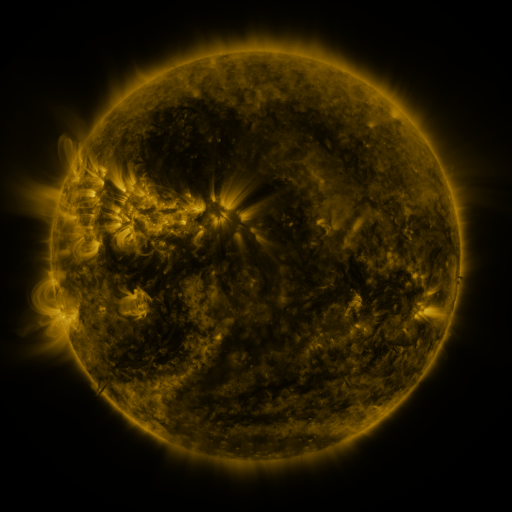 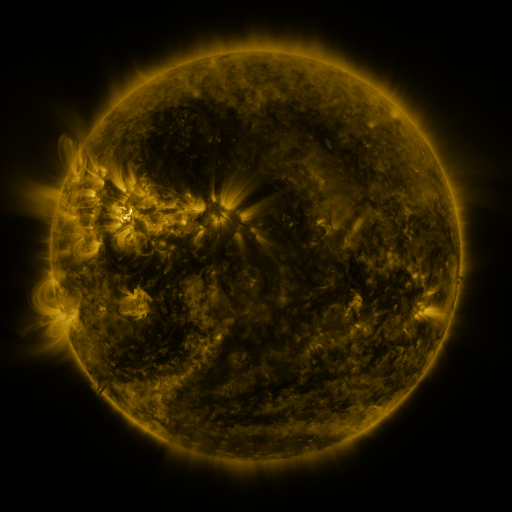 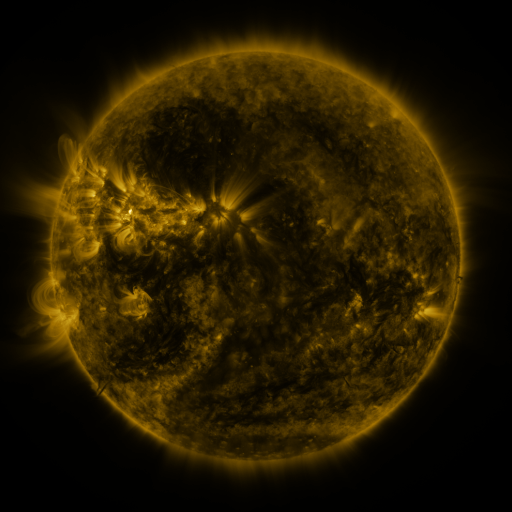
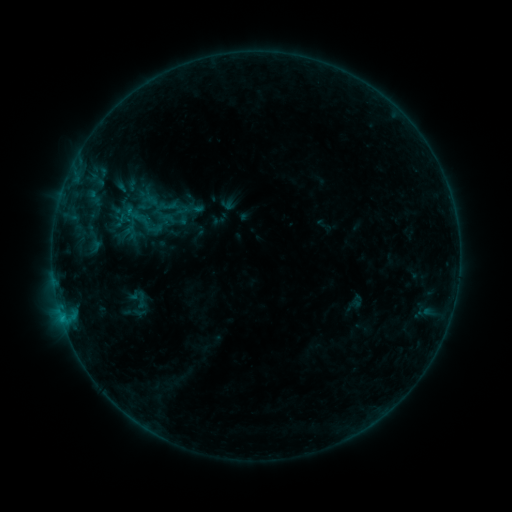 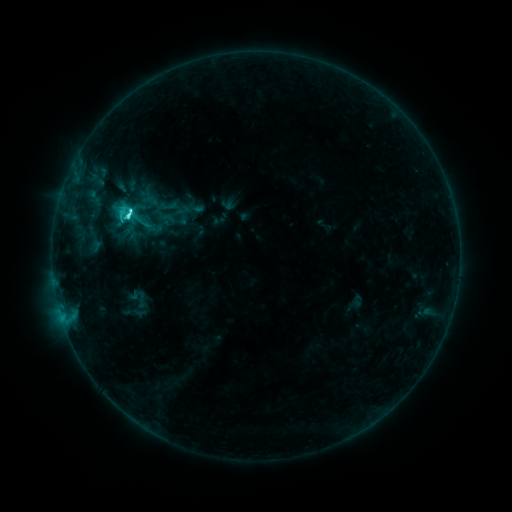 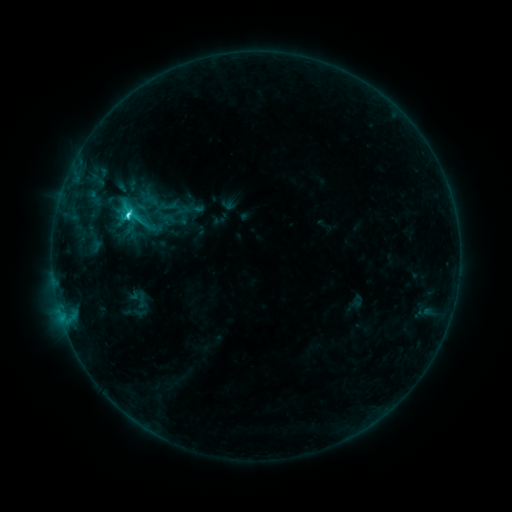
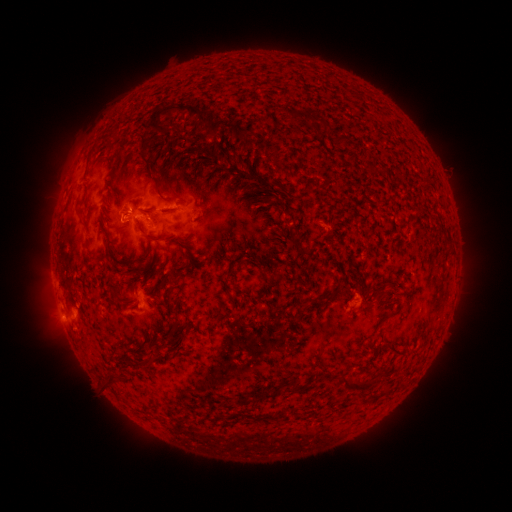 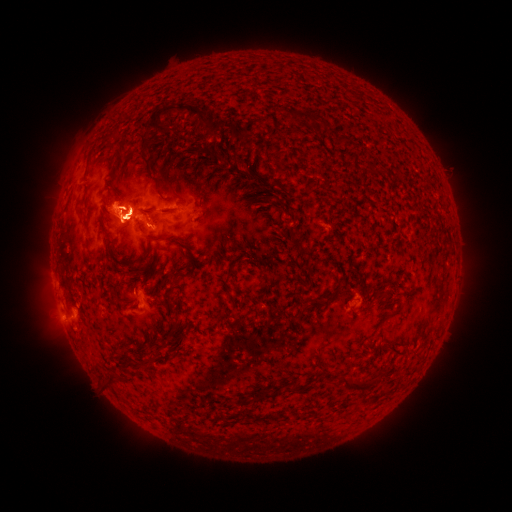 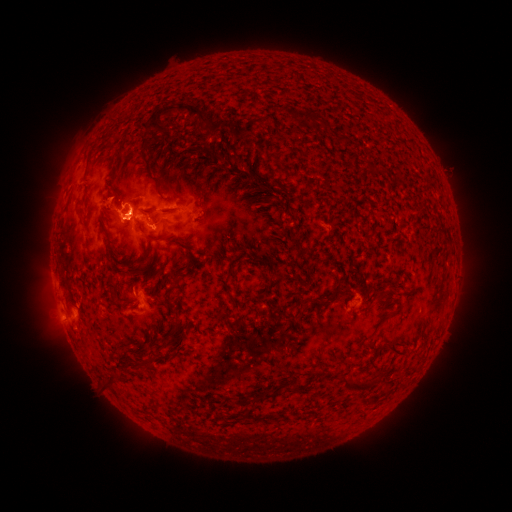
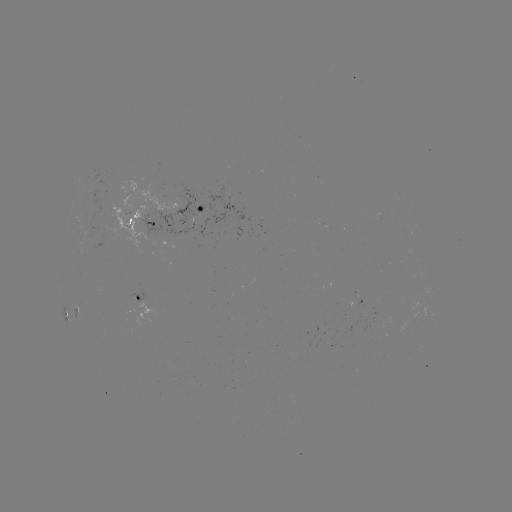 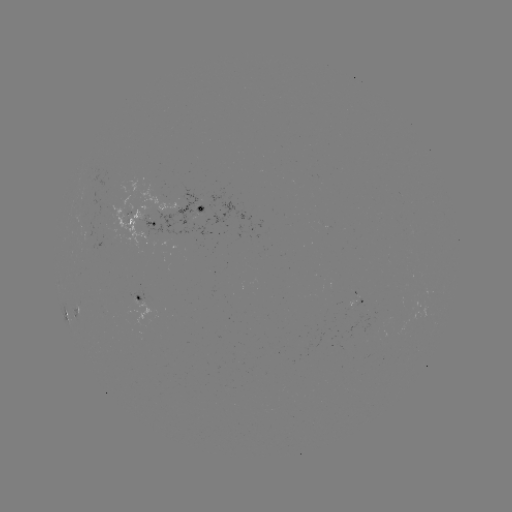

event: flare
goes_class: C3.7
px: (131, 214)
